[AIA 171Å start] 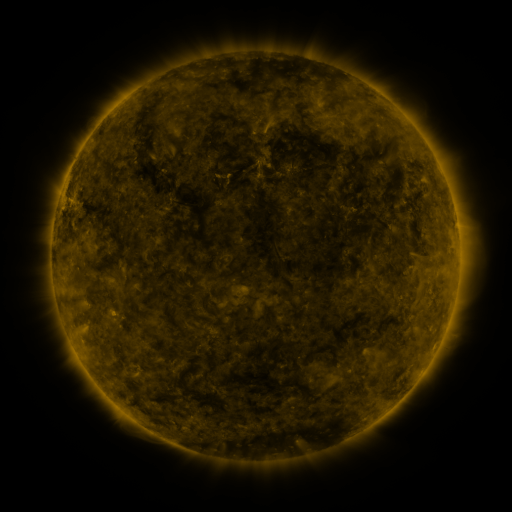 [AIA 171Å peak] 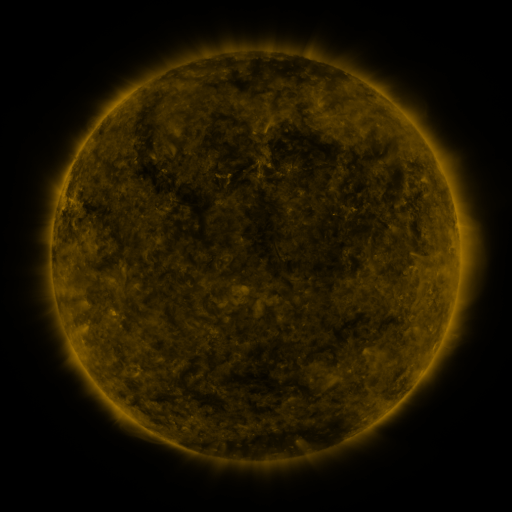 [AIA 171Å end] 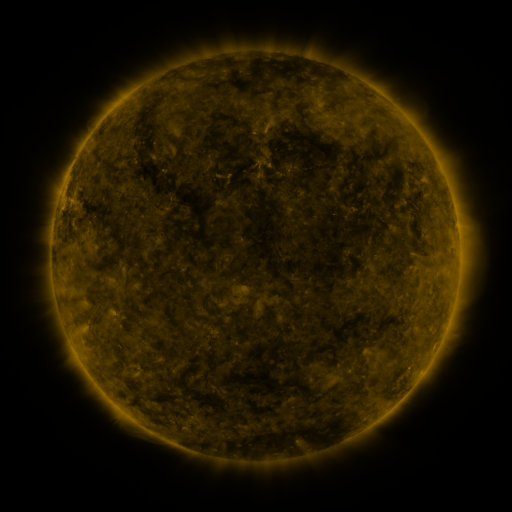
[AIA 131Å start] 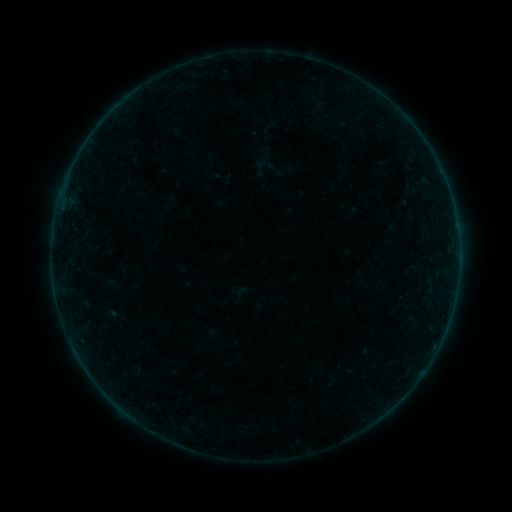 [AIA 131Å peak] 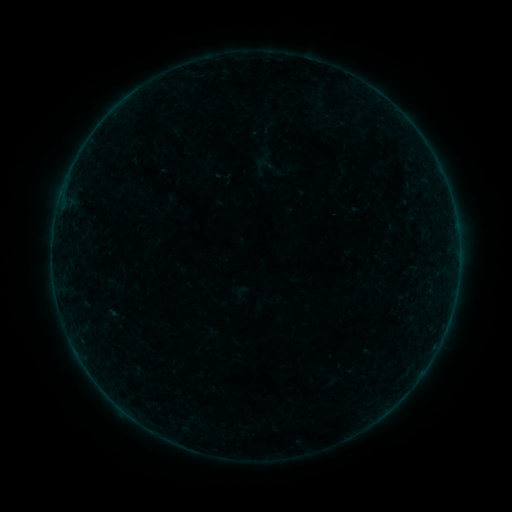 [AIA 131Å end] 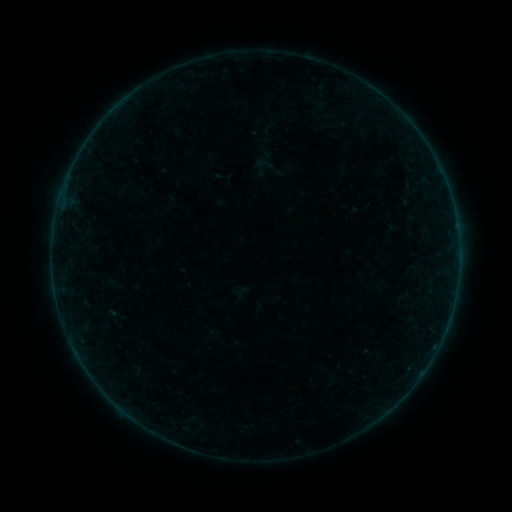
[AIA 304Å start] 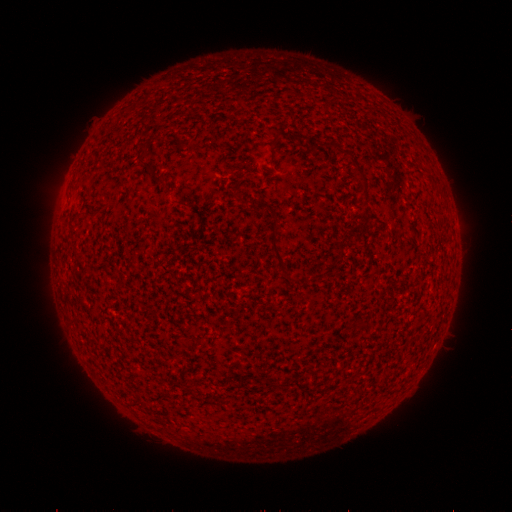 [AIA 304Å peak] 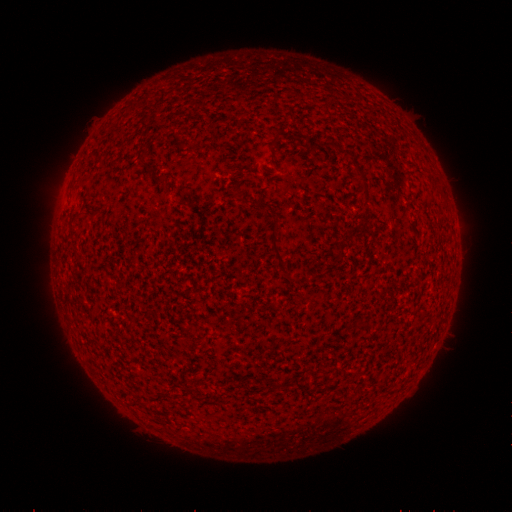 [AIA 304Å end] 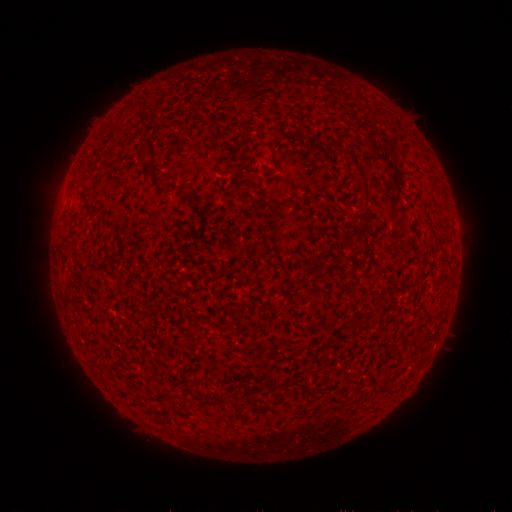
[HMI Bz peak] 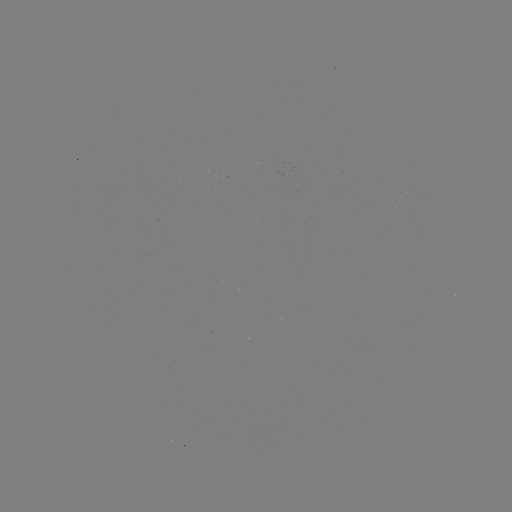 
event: flare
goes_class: B2.5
